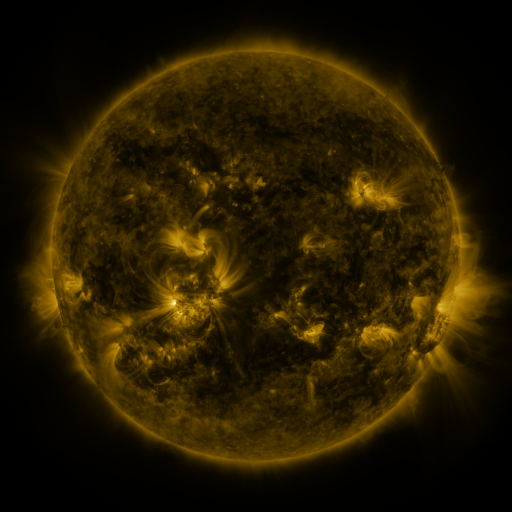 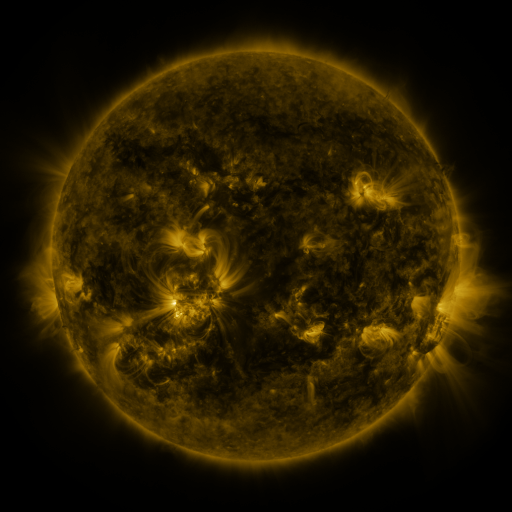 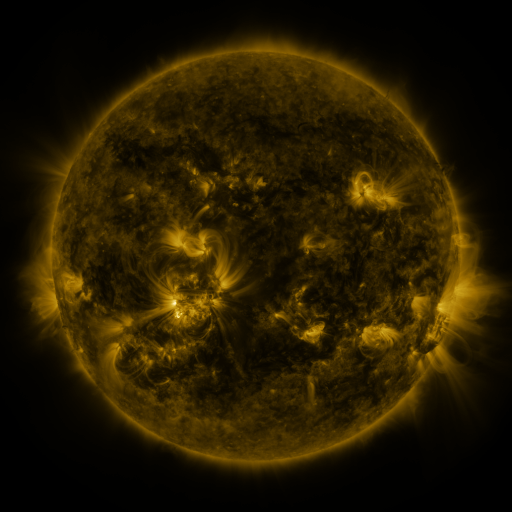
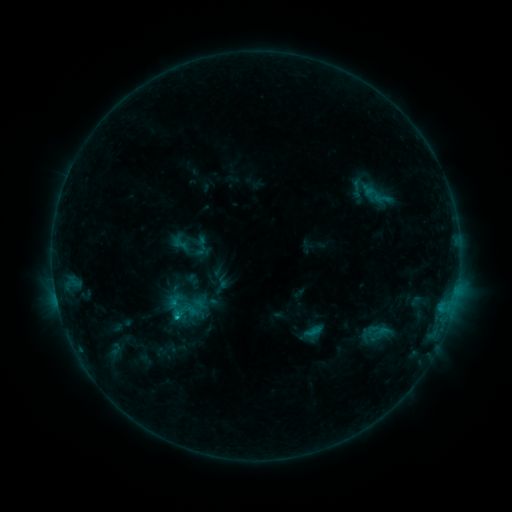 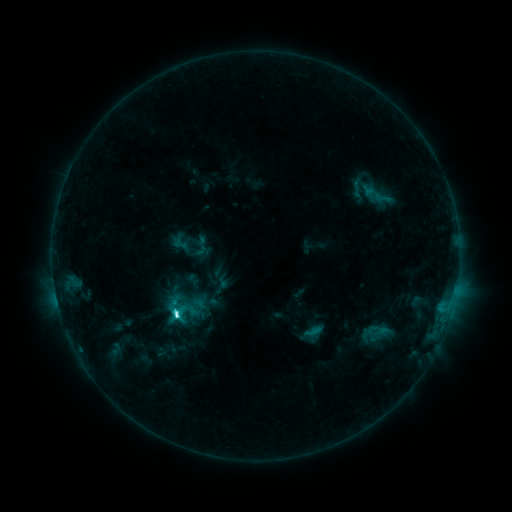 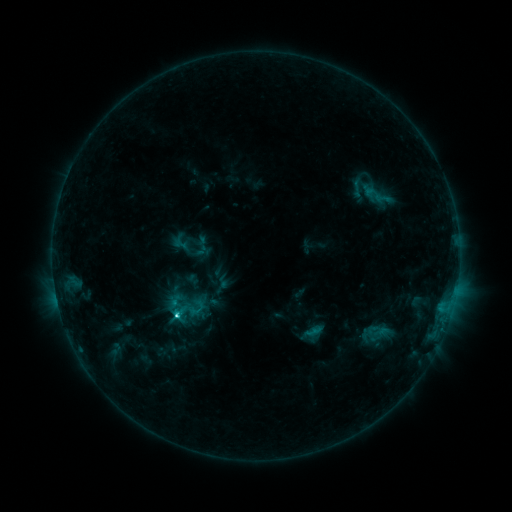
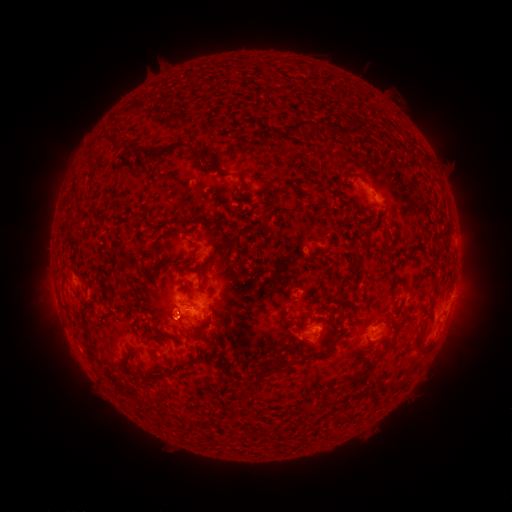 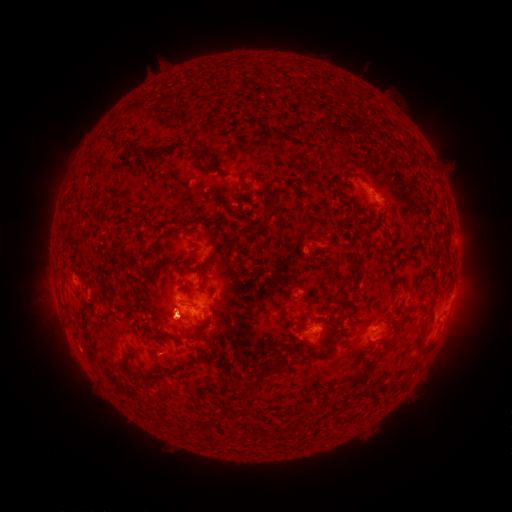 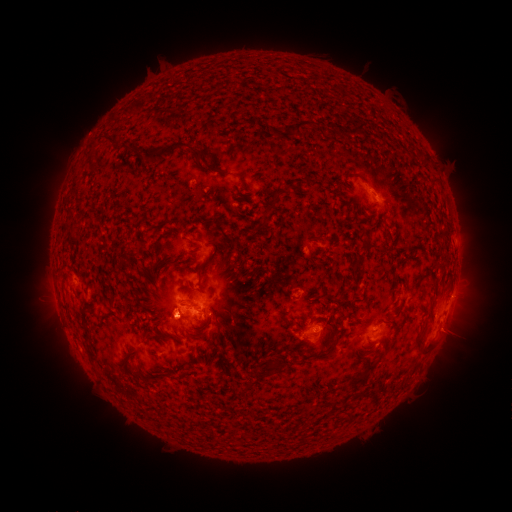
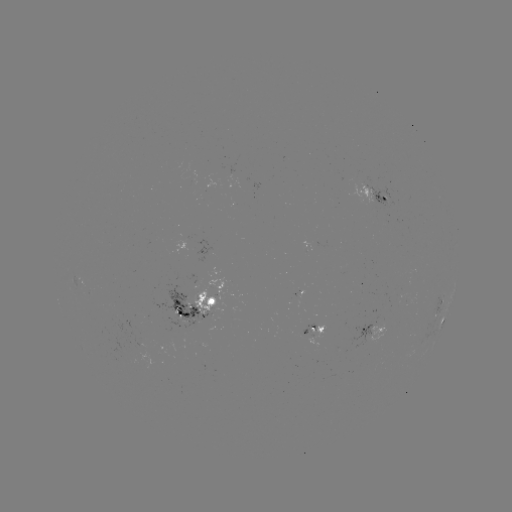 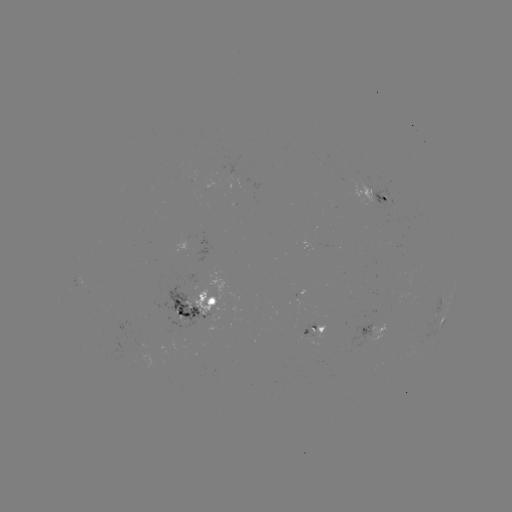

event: flare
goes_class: C5.9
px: (178, 313)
